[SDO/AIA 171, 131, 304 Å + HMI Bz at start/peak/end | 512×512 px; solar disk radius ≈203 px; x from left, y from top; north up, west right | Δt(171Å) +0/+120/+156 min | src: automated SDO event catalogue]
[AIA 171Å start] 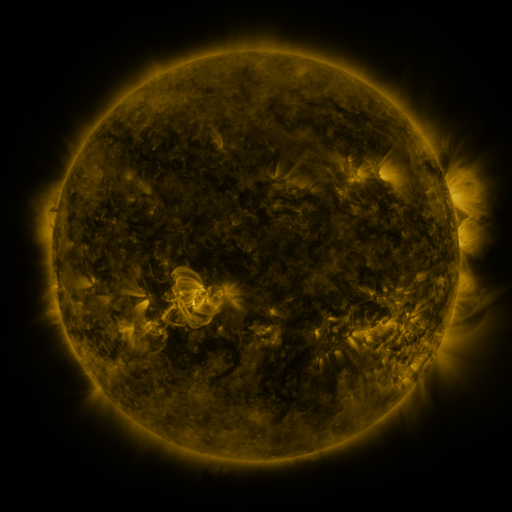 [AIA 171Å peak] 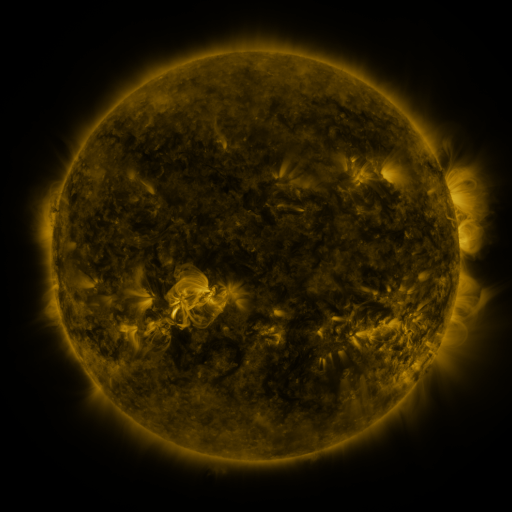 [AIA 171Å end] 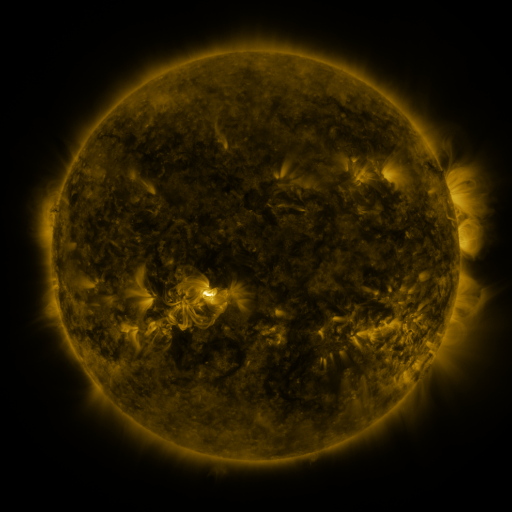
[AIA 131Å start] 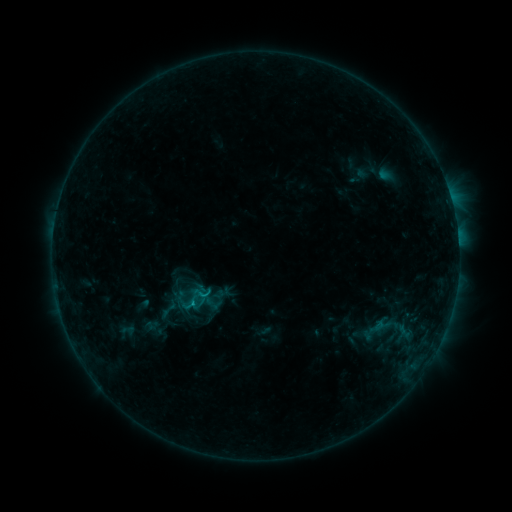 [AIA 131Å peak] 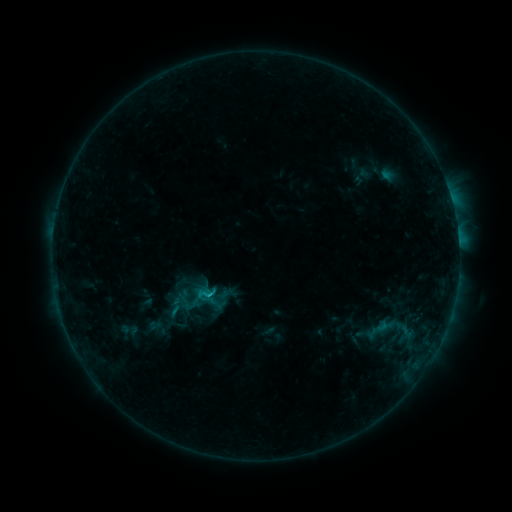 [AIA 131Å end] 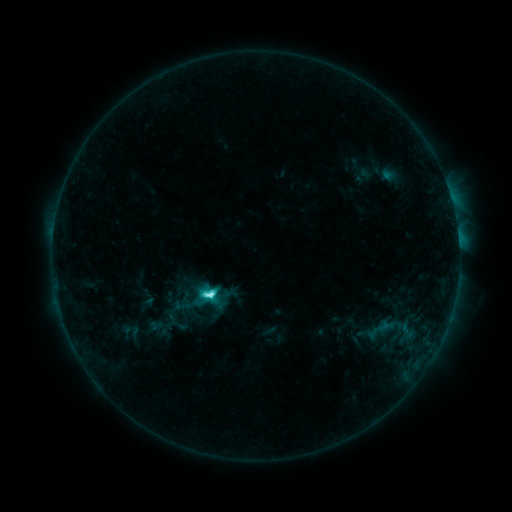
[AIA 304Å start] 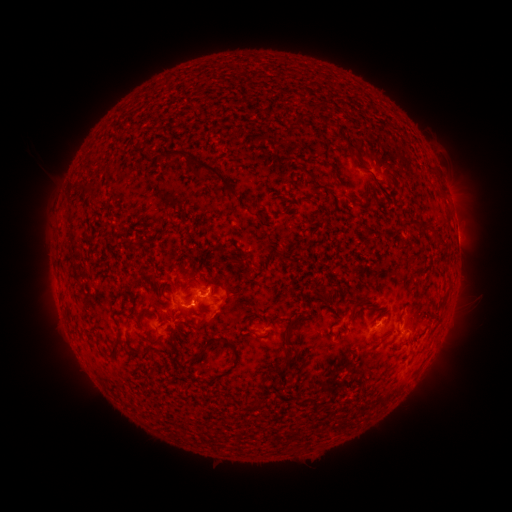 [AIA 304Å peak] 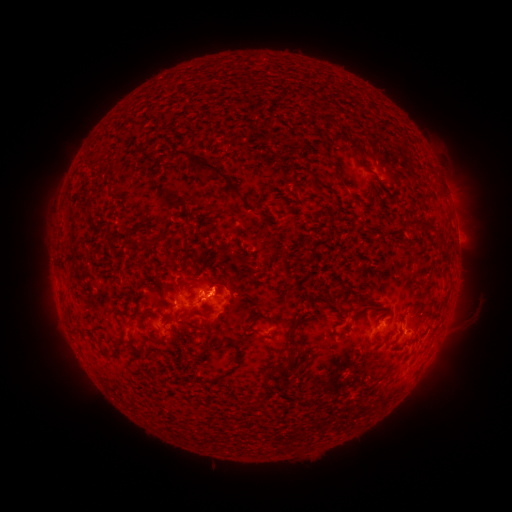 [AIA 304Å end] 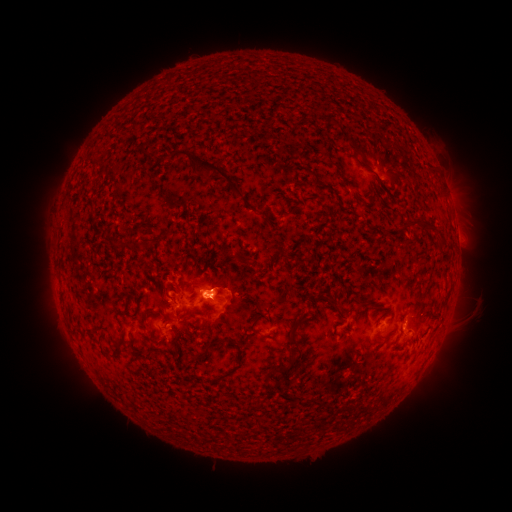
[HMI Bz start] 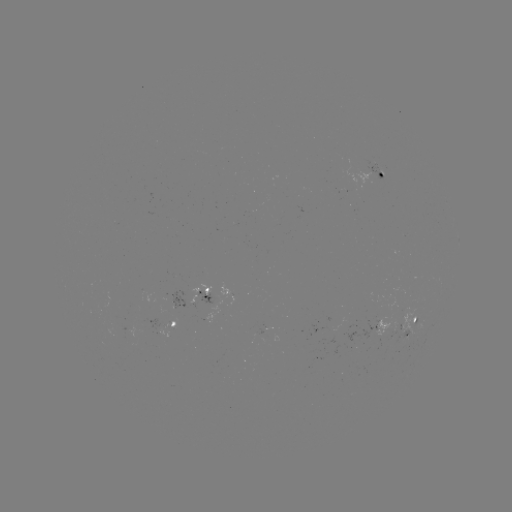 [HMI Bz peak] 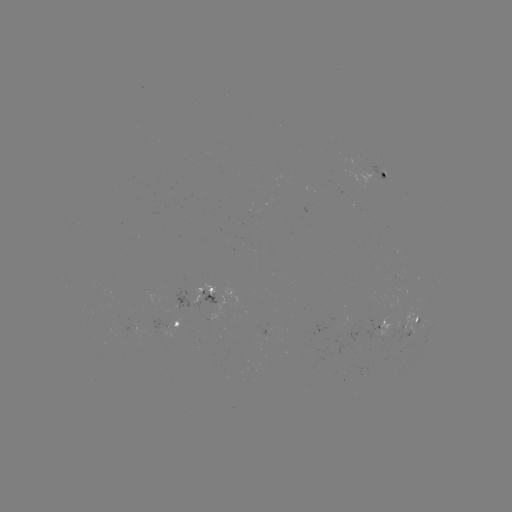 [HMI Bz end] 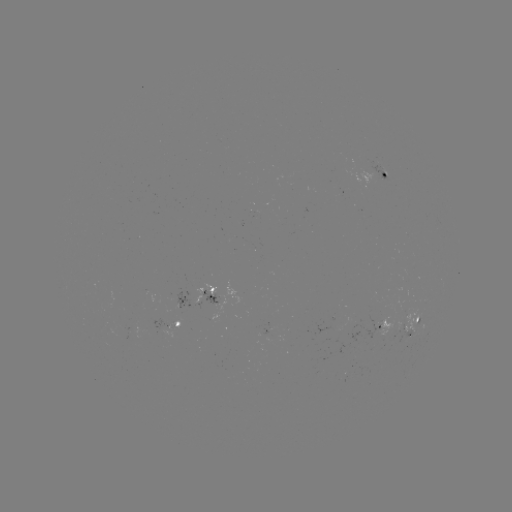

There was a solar emerging-flux region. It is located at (132, 333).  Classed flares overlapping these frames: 1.